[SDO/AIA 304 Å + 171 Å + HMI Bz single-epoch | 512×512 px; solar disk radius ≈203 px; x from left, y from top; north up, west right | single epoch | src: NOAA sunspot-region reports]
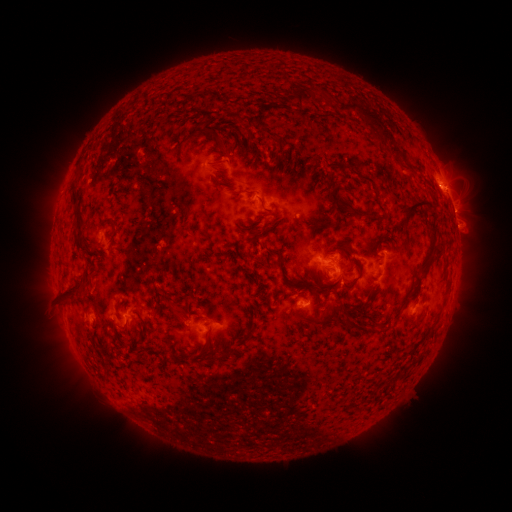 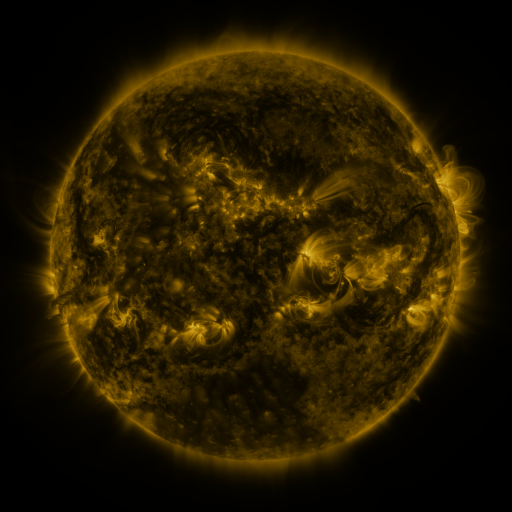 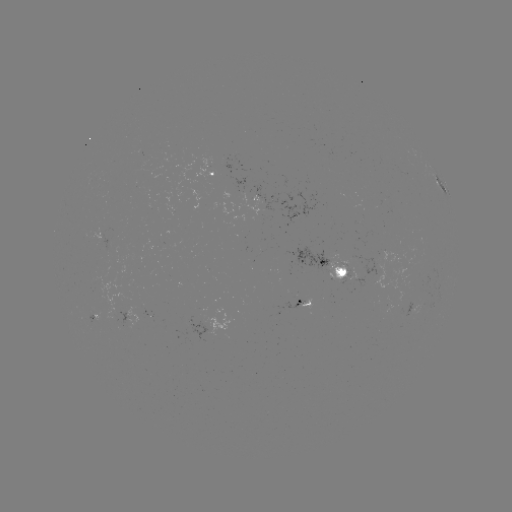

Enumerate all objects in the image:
spotted active region: (218, 174)
spotted active region: (445, 188)
spotted active region: (451, 202)
spotted active region: (321, 261)
spotted active region: (309, 300)
